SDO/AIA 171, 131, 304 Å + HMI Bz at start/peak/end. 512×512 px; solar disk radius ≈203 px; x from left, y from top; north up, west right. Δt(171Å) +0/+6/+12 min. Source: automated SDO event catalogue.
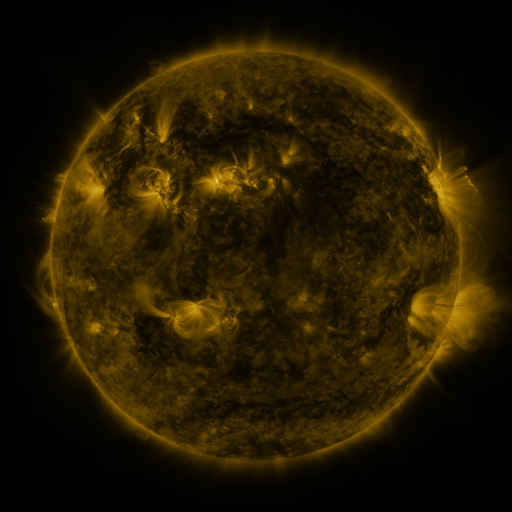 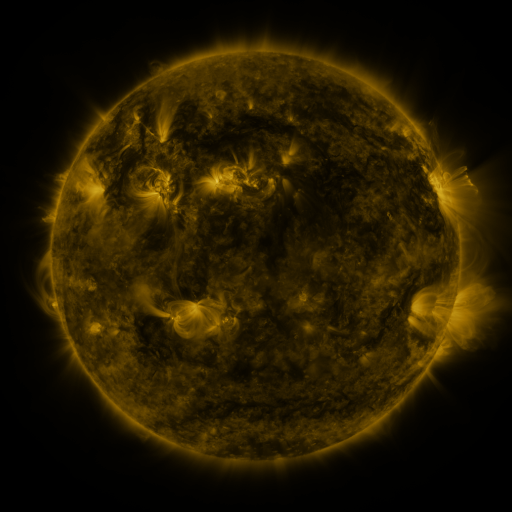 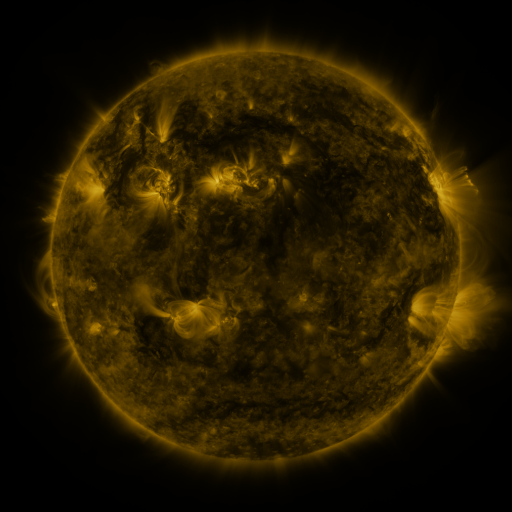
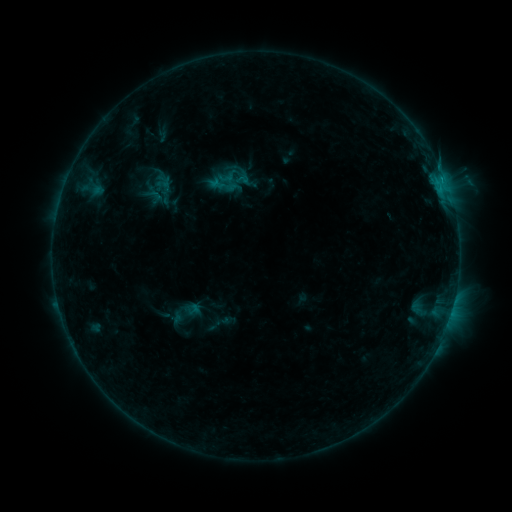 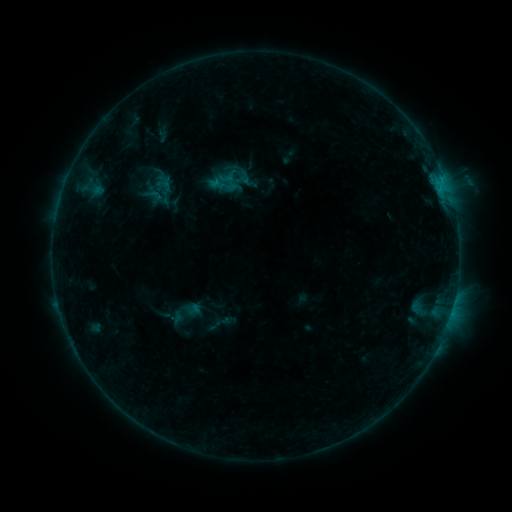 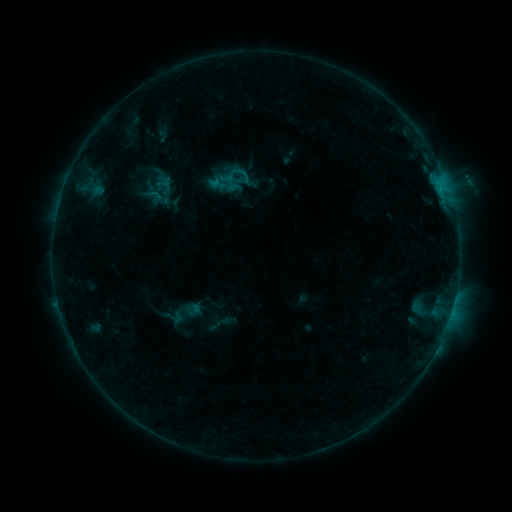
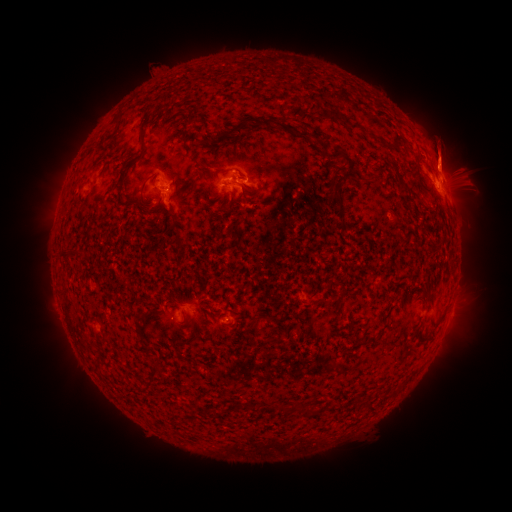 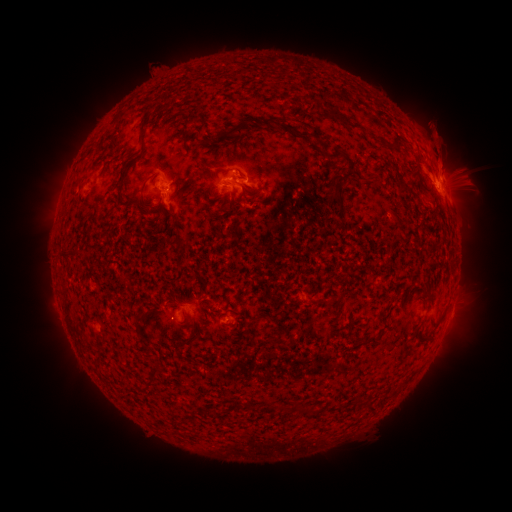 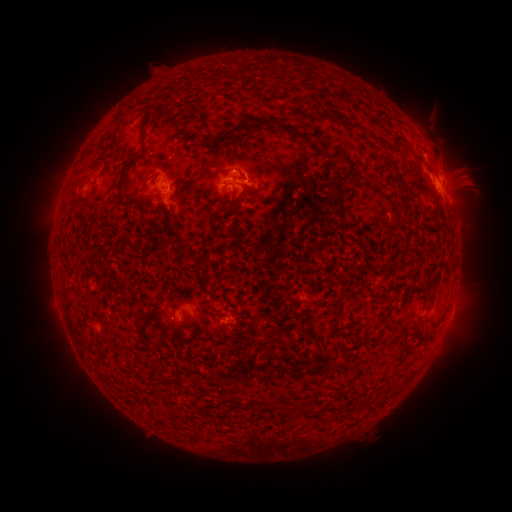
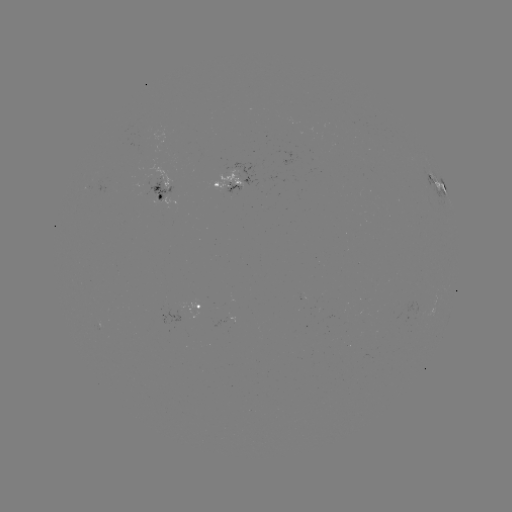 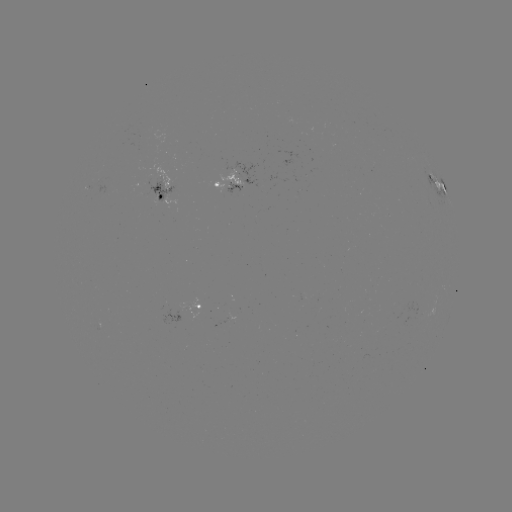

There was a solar eruption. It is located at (439, 138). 